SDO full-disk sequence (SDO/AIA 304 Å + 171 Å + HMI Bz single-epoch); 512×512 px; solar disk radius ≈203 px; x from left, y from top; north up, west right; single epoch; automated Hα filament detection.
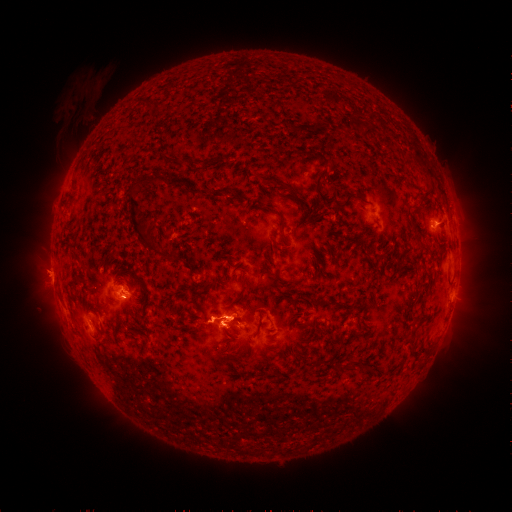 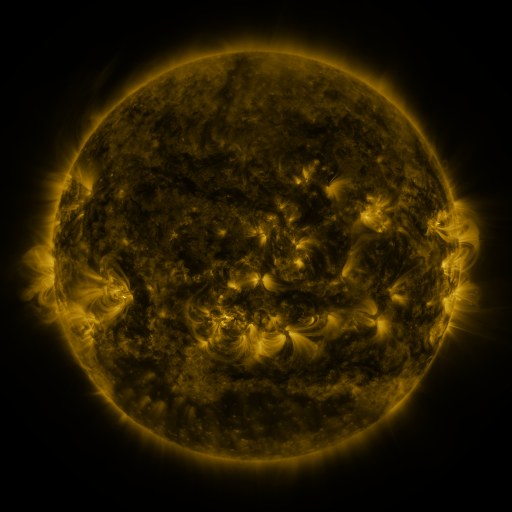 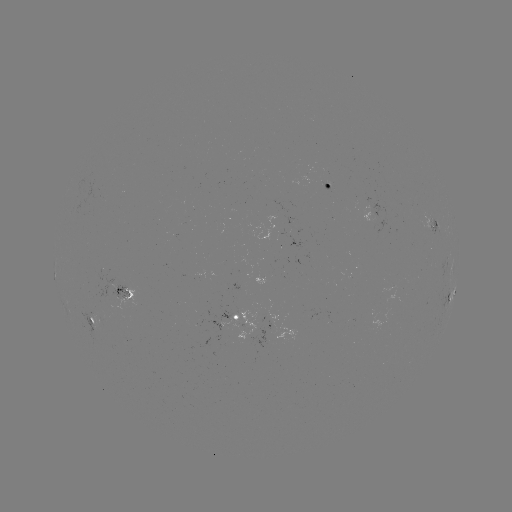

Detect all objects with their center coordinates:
filament: <bbox>363, 126, 374, 138</bbox>
filament: <bbox>314, 150, 329, 165</bbox>
filament: <bbox>411, 154, 428, 162</bbox>
filament: <bbox>180, 155, 205, 166</bbox>
filament: <bbox>315, 169, 328, 186</bbox>
filament: <bbox>146, 172, 163, 185</bbox>
filament: <bbox>256, 174, 297, 196</bbox>
filament: <bbox>169, 175, 187, 187</bbox>
filament: <bbox>128, 184, 176, 262</bbox>
filament: <bbox>192, 187, 203, 194</bbox>
filament: <bbox>423, 190, 431, 200</bbox>
filament: <bbox>338, 192, 366, 210</bbox>
filament: <bbox>280, 233, 288, 242</bbox>
filament: <bbox>412, 290, 419, 299</bbox>
filament: <bbox>409, 327, 418, 335</bbox>
filament: <bbox>321, 346, 341, 364</bbox>
filament: <bbox>333, 365, 341, 374</bbox>
